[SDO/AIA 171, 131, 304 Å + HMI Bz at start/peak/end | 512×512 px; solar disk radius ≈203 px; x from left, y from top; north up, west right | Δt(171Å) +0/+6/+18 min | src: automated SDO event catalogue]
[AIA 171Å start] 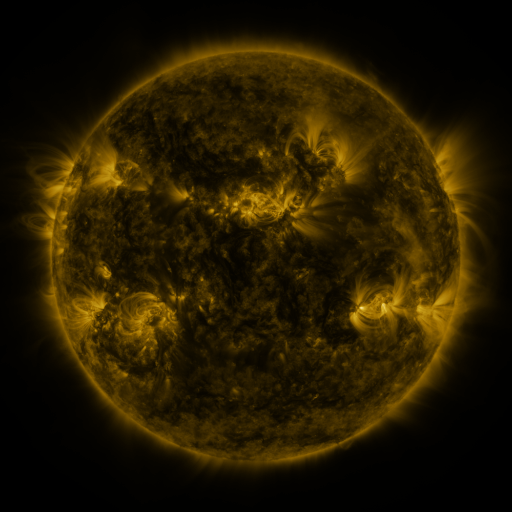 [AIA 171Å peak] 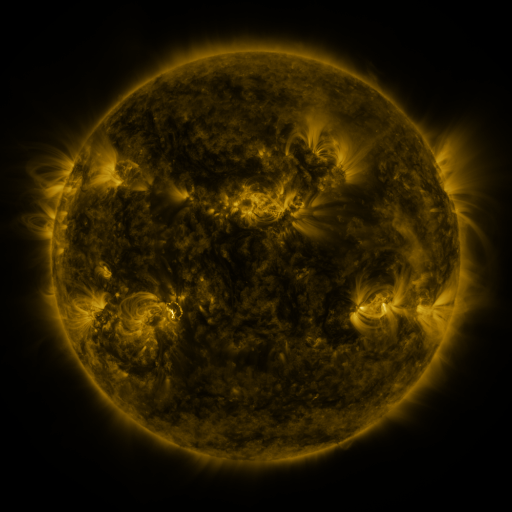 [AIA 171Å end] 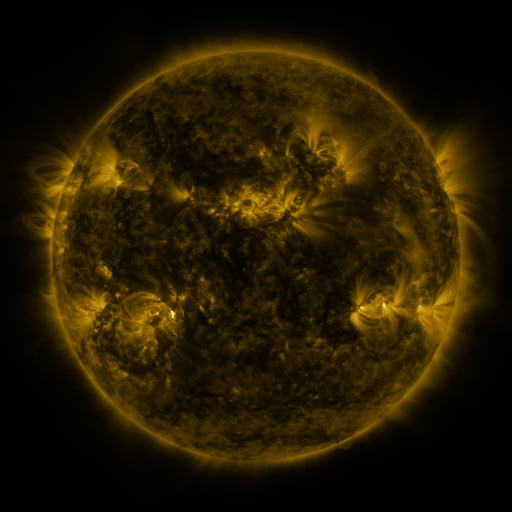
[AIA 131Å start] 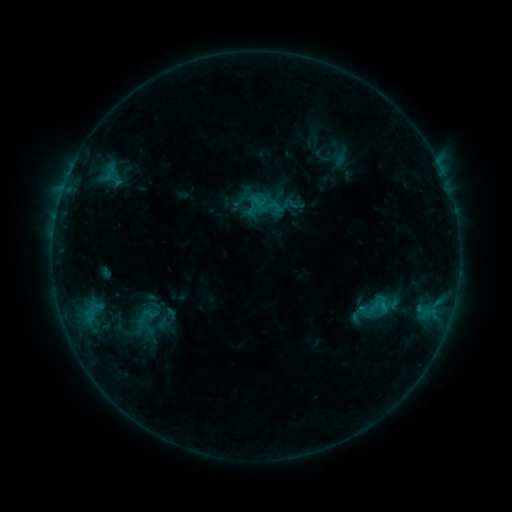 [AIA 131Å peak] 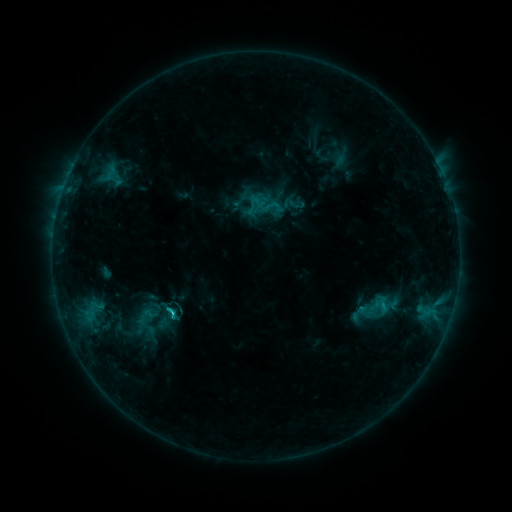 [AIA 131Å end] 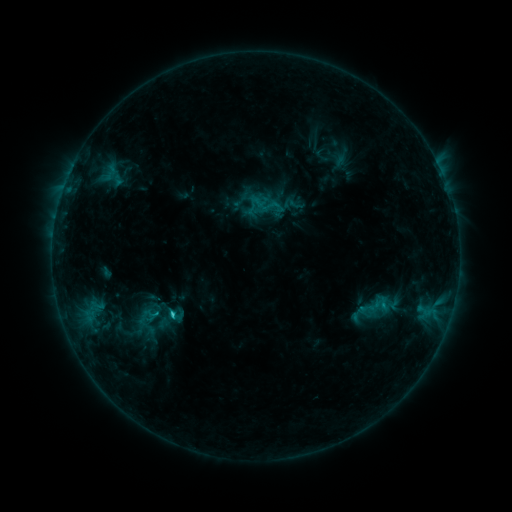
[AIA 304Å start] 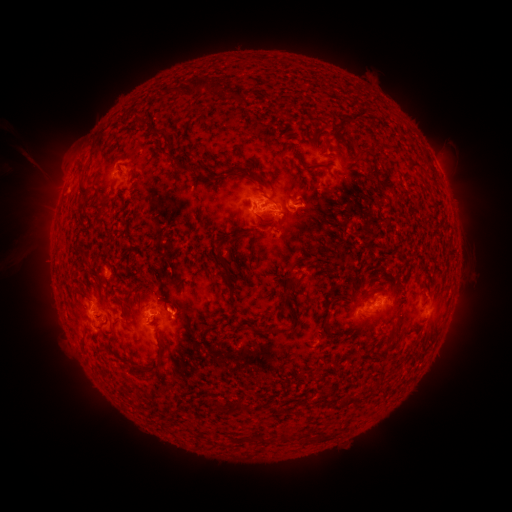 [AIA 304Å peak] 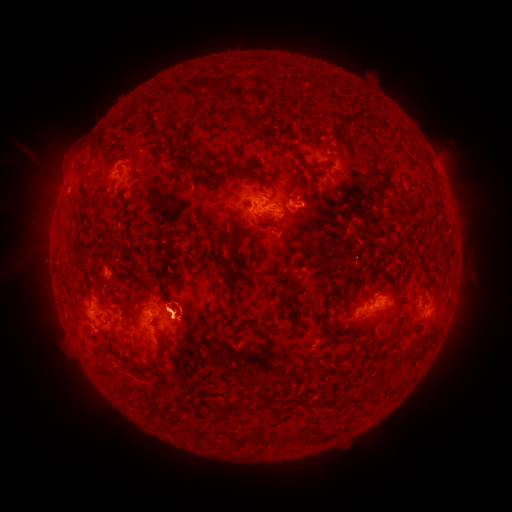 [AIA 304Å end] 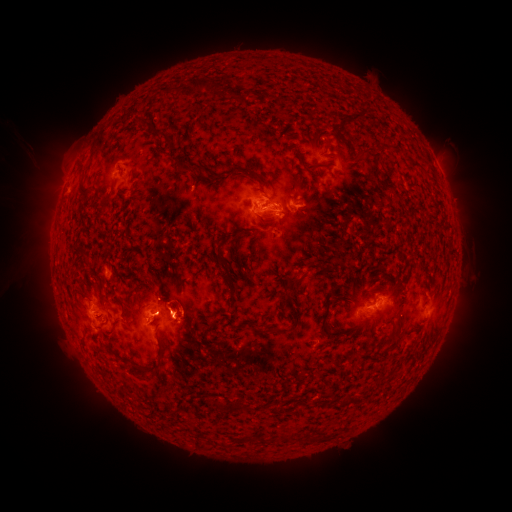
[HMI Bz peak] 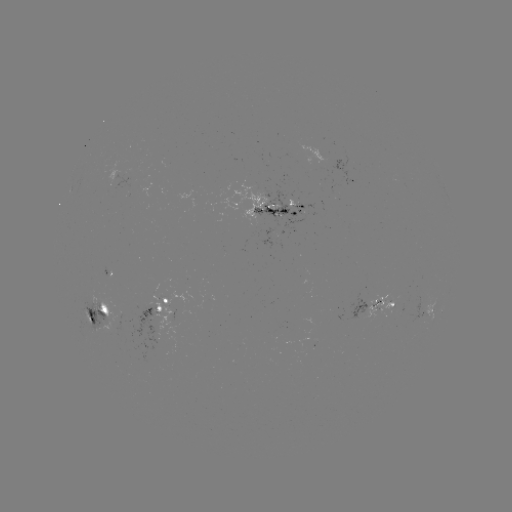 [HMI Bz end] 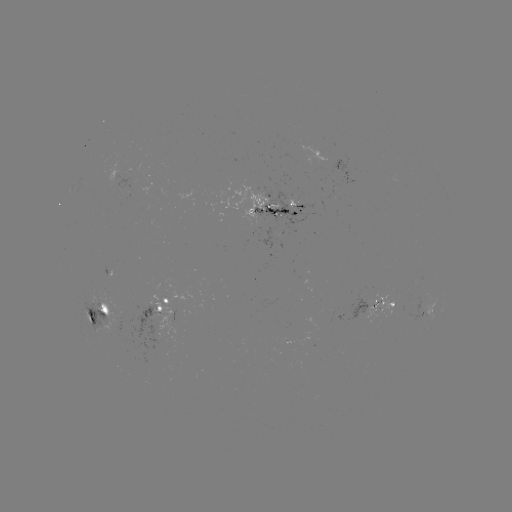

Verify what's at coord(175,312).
C2.7 flare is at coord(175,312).